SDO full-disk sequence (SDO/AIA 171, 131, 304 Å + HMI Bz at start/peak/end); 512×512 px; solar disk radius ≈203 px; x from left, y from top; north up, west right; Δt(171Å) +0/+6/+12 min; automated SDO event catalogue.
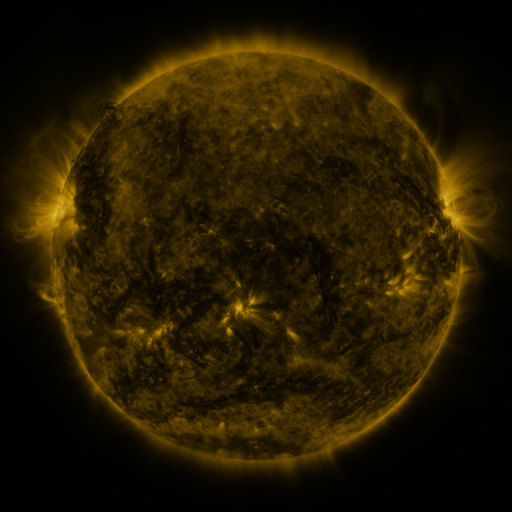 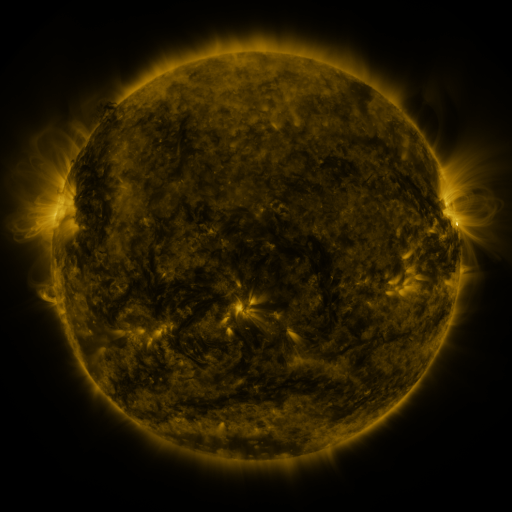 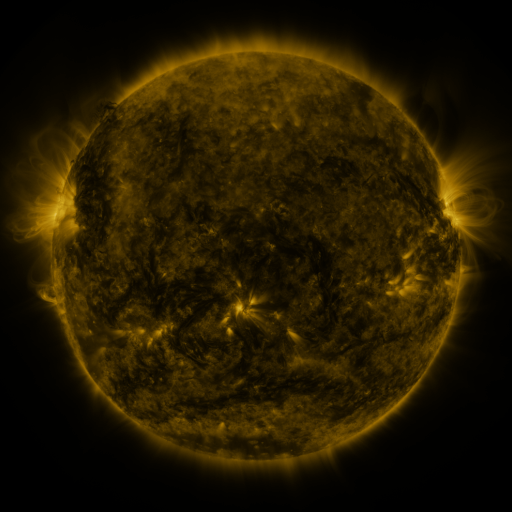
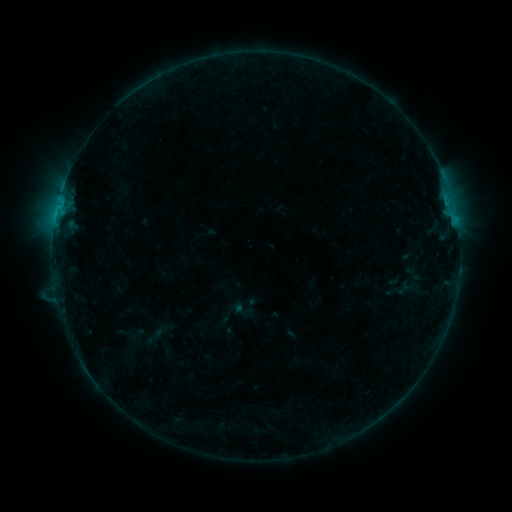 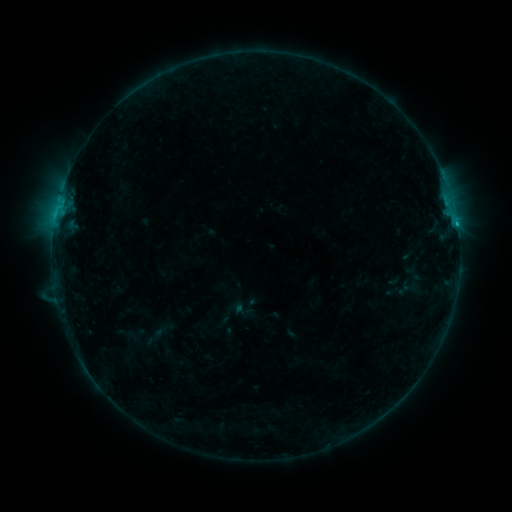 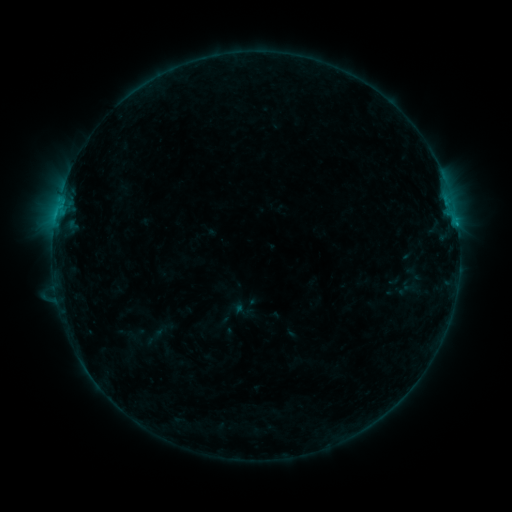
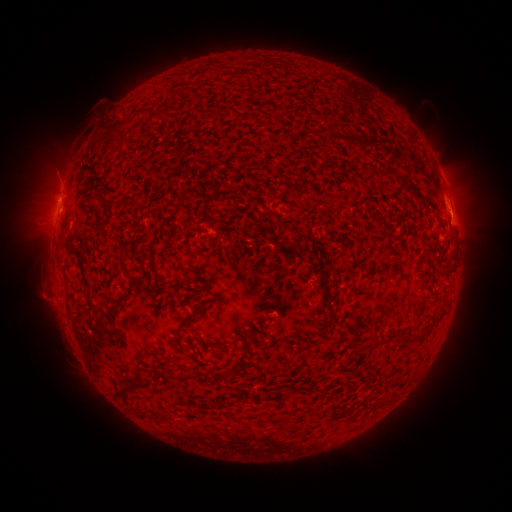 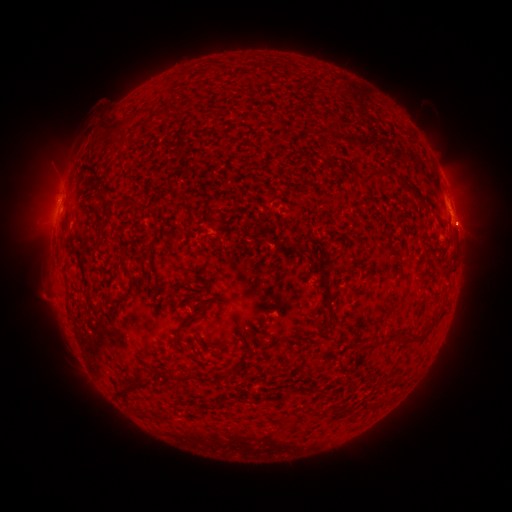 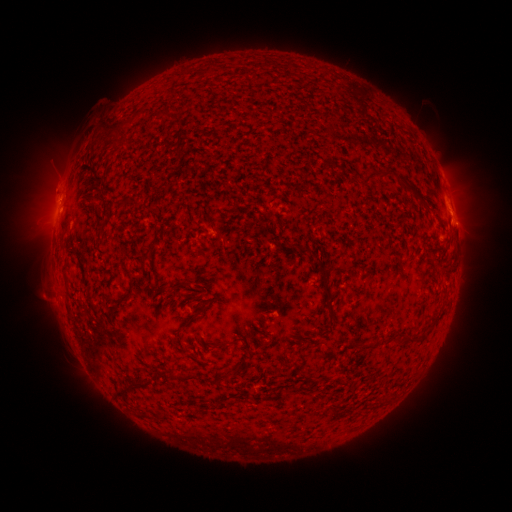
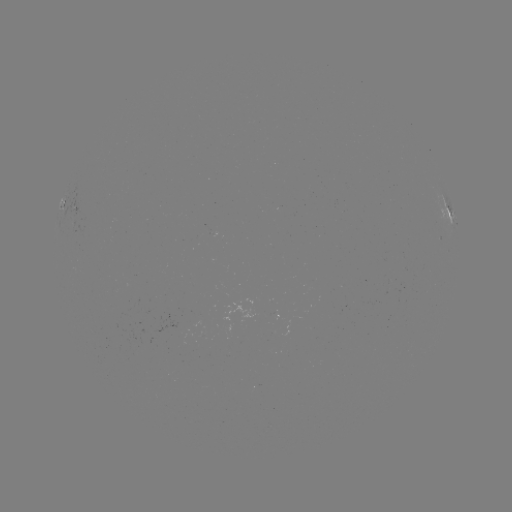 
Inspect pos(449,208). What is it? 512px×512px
B7.9 flare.